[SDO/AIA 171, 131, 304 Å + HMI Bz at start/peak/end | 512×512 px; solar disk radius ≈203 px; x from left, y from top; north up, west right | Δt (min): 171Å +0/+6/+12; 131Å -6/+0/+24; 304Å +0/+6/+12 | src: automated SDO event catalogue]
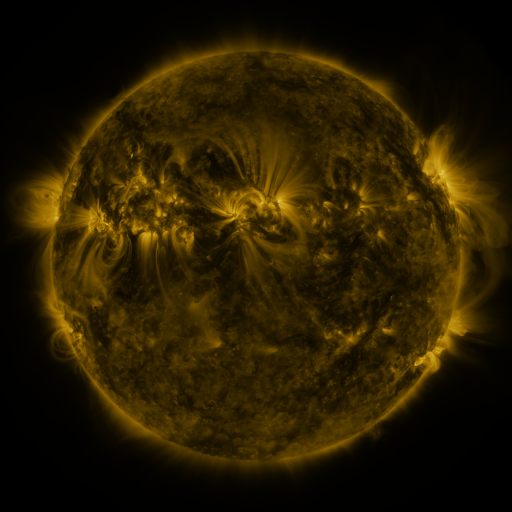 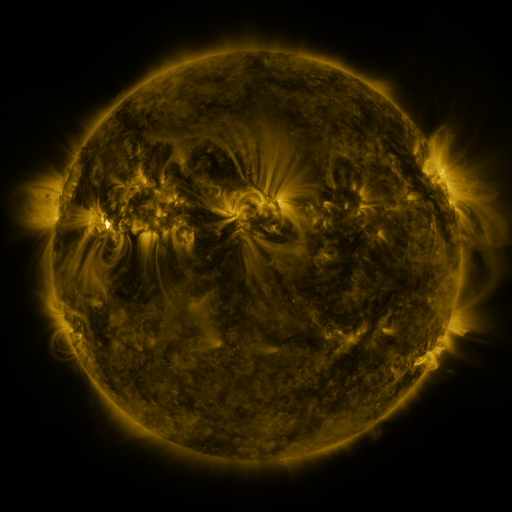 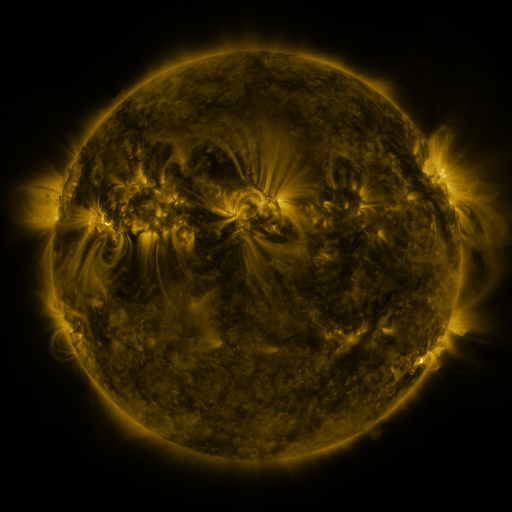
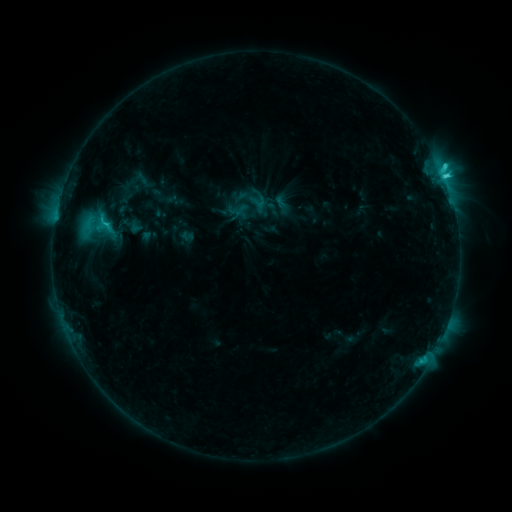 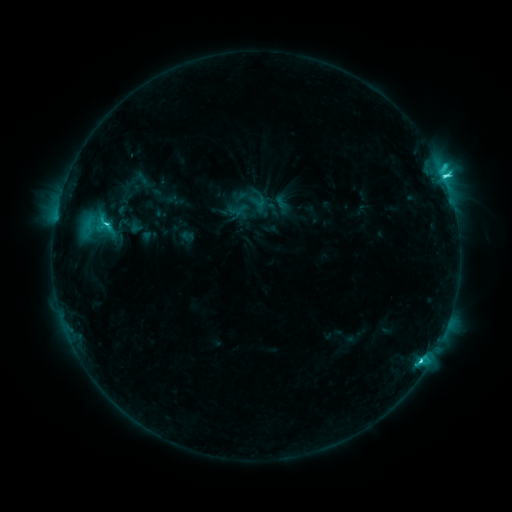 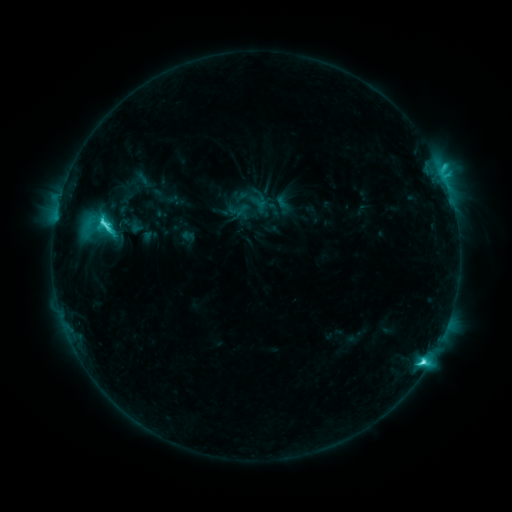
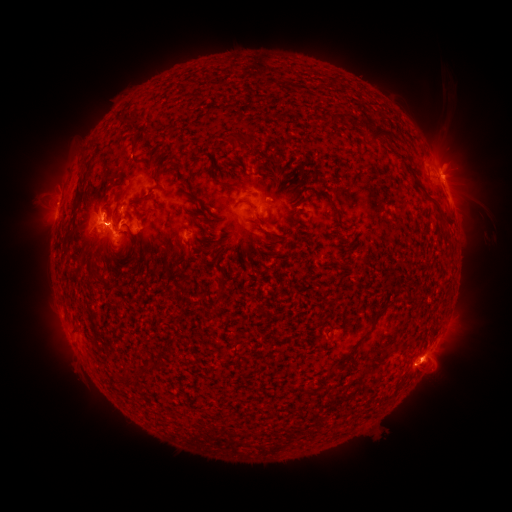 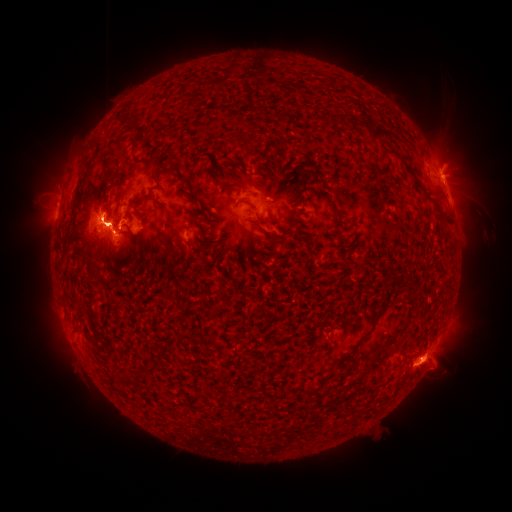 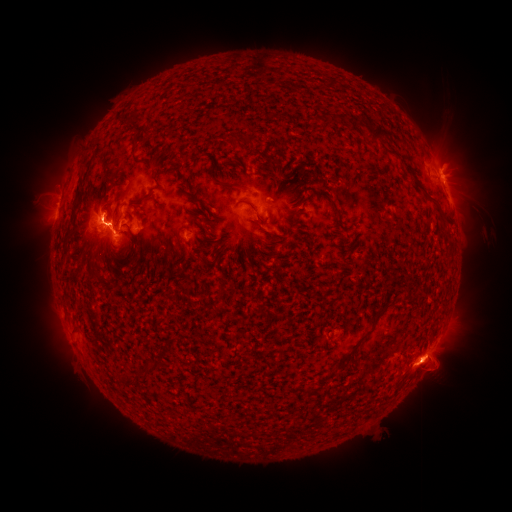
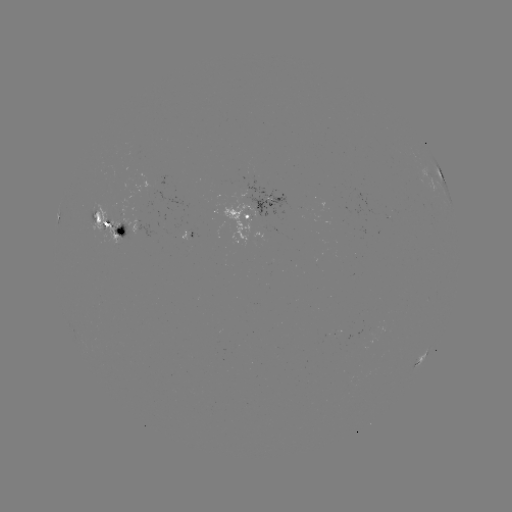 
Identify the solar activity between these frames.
eruption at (454, 165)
